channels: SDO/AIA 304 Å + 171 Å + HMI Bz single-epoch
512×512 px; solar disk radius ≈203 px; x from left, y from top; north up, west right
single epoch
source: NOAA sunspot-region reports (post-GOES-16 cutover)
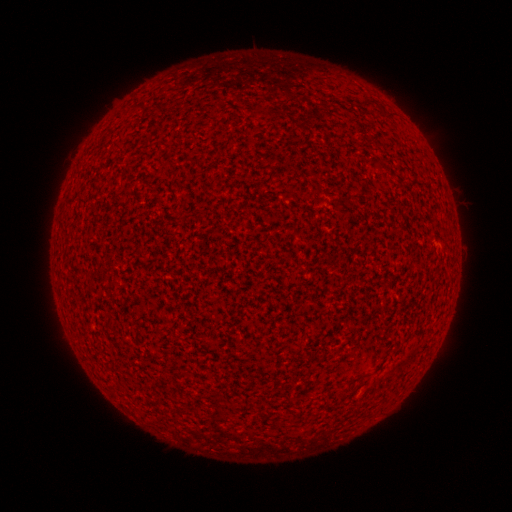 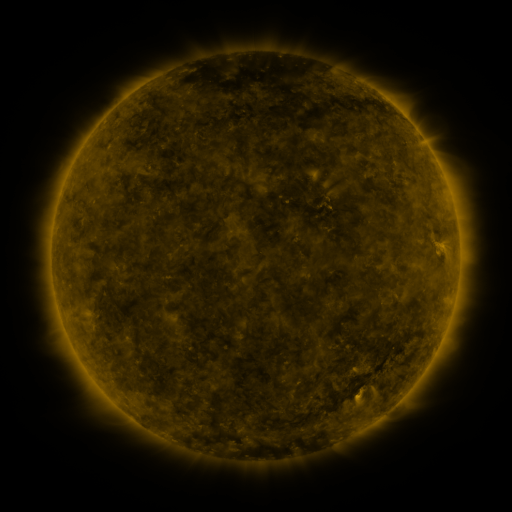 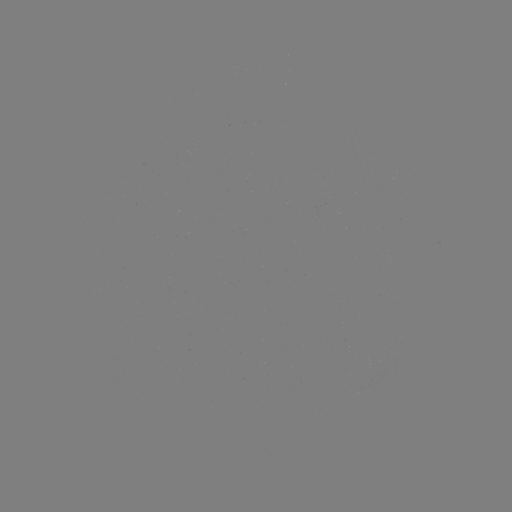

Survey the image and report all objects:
spotted active region: (439, 244)
